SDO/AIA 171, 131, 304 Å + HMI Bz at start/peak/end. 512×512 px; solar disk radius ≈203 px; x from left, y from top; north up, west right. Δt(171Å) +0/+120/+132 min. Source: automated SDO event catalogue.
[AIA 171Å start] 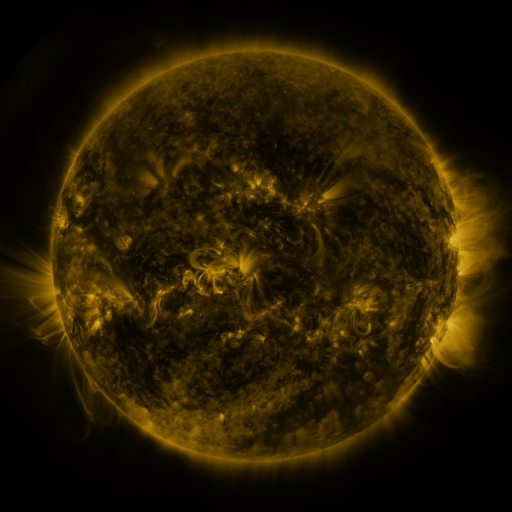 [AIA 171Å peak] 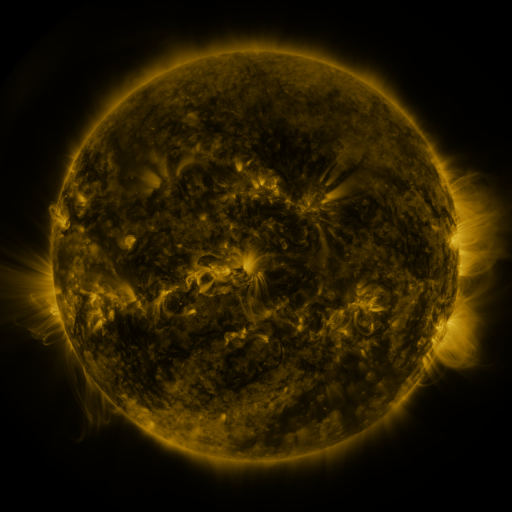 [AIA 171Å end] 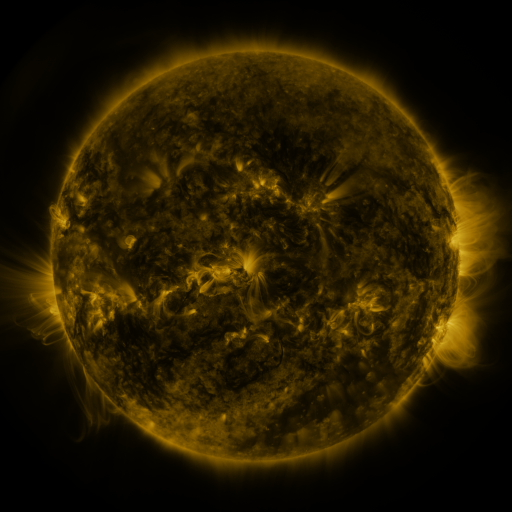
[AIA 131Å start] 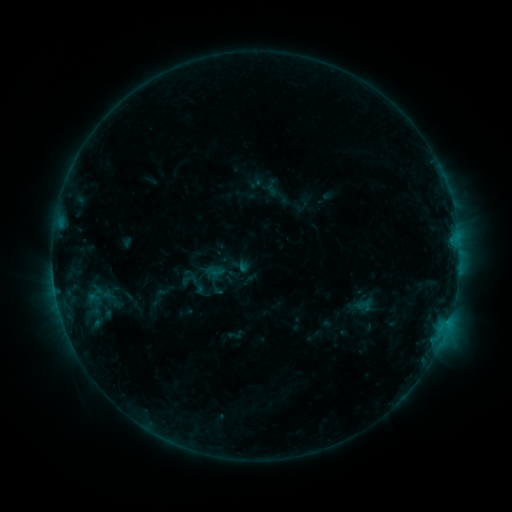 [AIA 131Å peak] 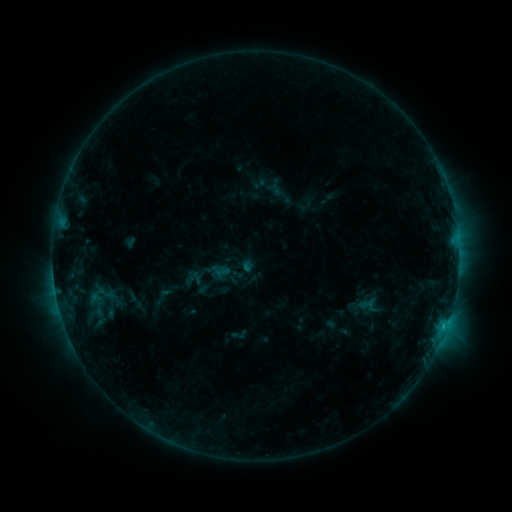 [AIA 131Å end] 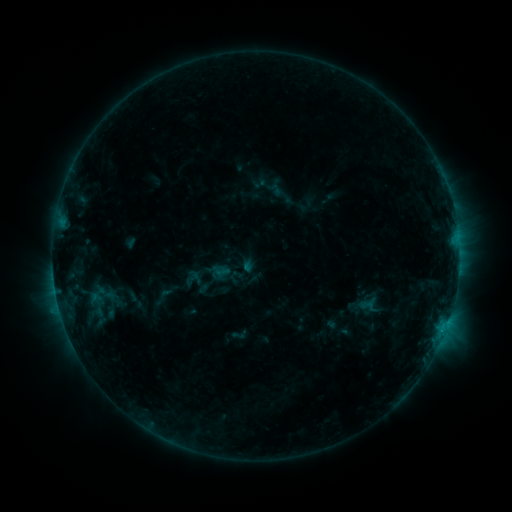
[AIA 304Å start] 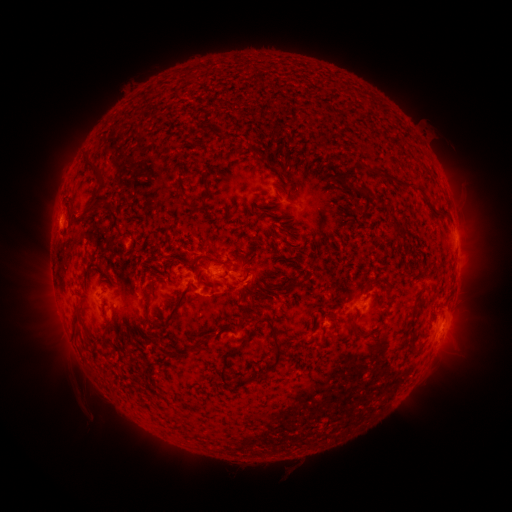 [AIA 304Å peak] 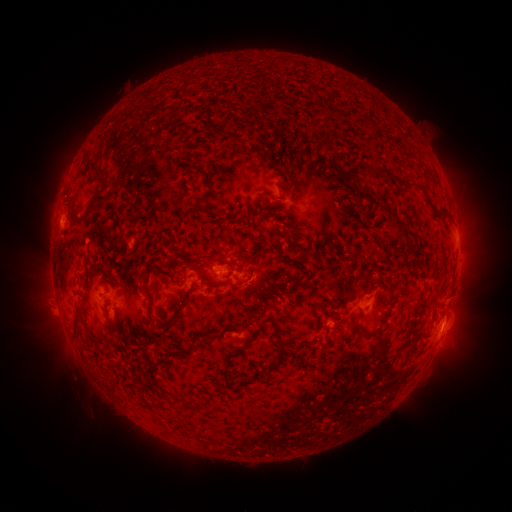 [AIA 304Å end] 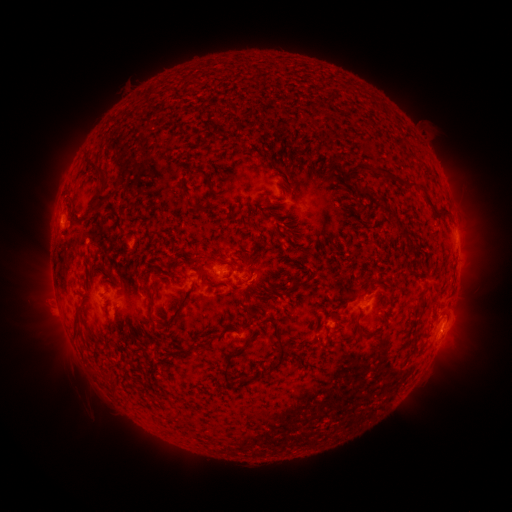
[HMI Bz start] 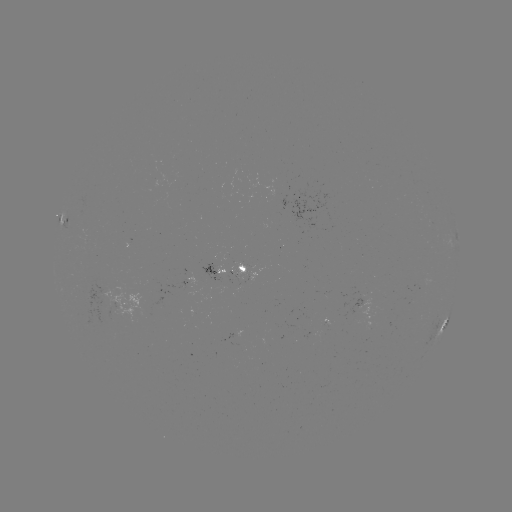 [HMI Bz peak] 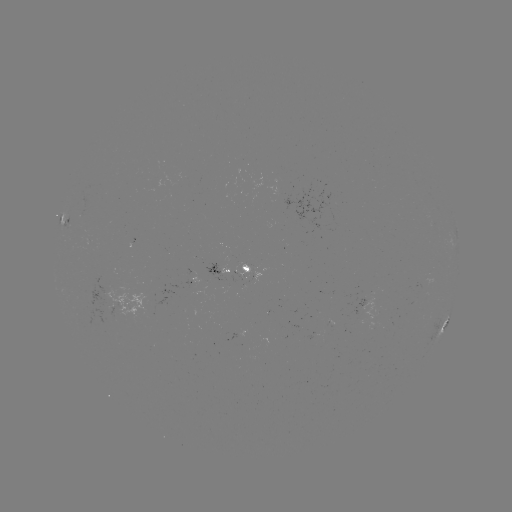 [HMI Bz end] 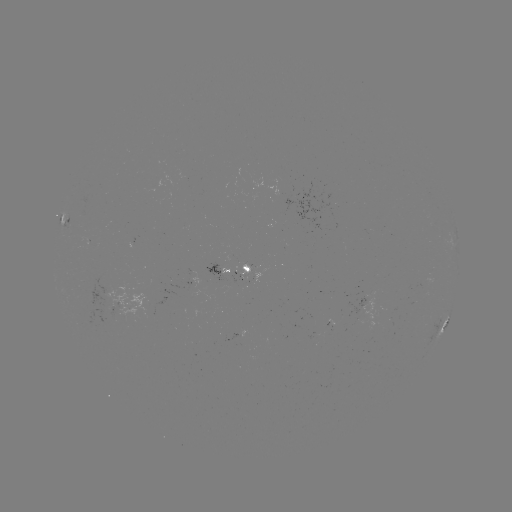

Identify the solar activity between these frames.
emerging-flux region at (114, 313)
